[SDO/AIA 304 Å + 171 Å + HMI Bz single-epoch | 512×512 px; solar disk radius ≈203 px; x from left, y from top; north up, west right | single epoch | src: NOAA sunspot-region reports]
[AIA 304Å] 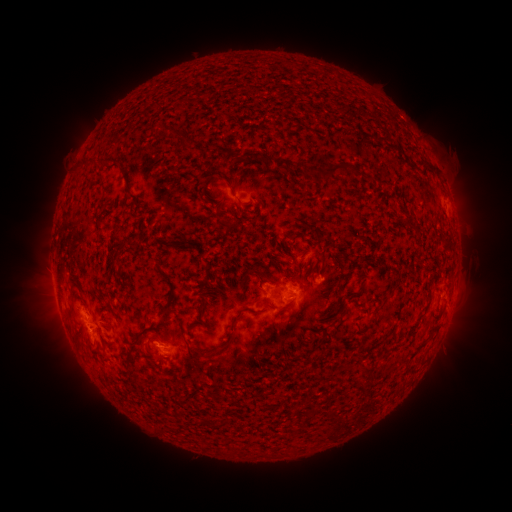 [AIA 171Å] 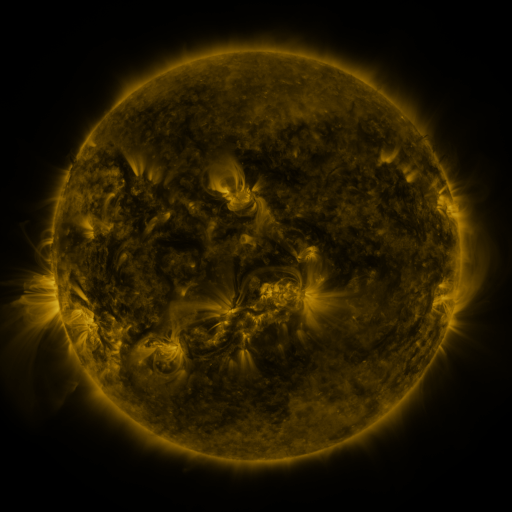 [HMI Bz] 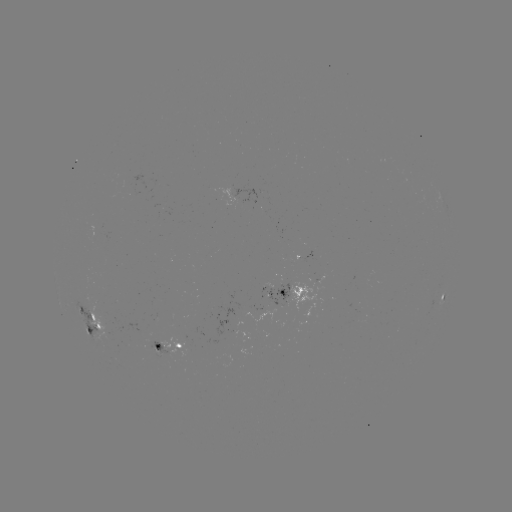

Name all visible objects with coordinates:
spotted active region: (291, 245)
spotted active region: (284, 291)
spotted active region: (443, 299)
spotted active region: (89, 320)
spotted active region: (169, 348)
